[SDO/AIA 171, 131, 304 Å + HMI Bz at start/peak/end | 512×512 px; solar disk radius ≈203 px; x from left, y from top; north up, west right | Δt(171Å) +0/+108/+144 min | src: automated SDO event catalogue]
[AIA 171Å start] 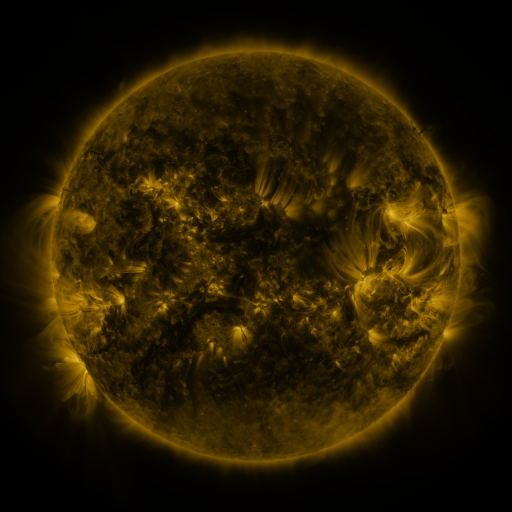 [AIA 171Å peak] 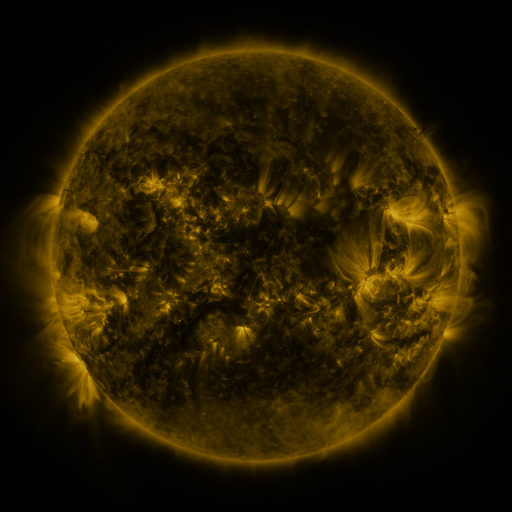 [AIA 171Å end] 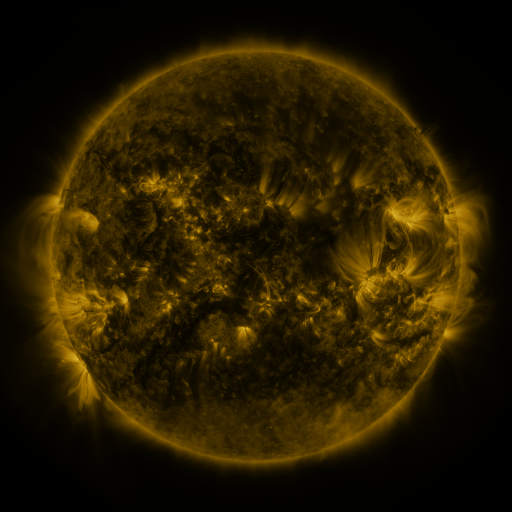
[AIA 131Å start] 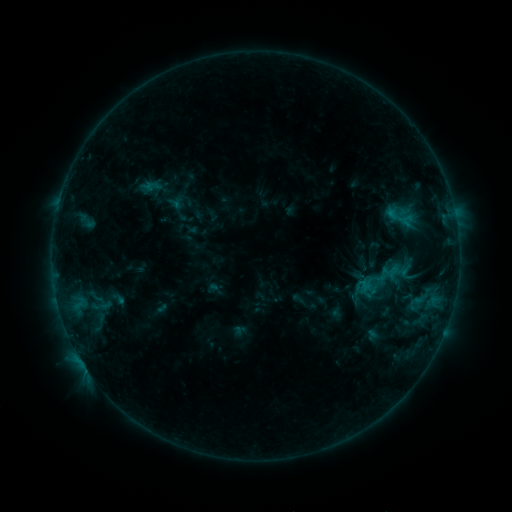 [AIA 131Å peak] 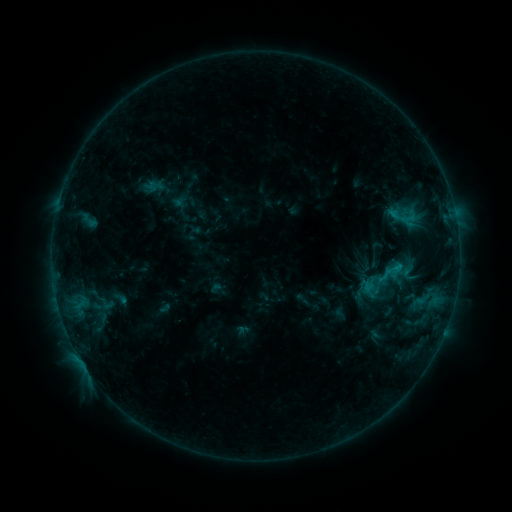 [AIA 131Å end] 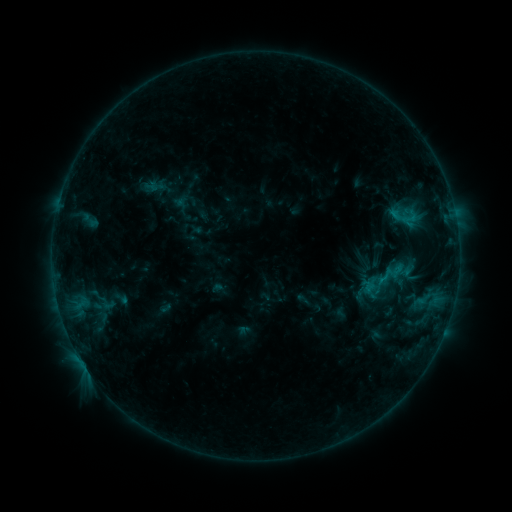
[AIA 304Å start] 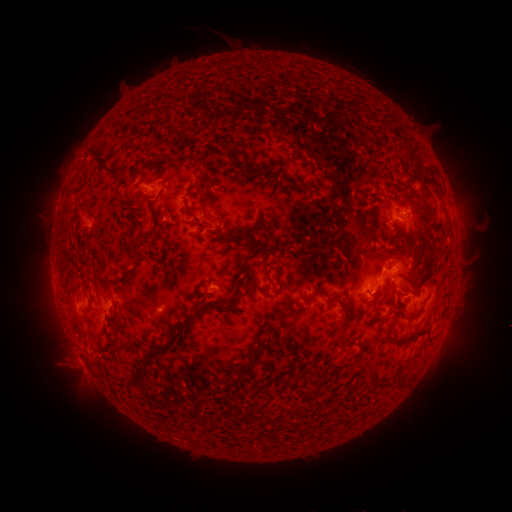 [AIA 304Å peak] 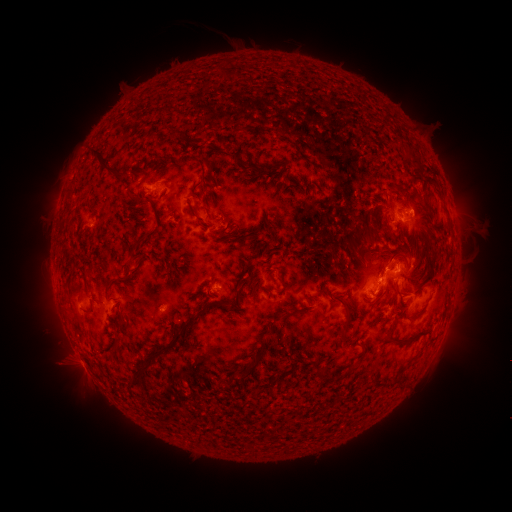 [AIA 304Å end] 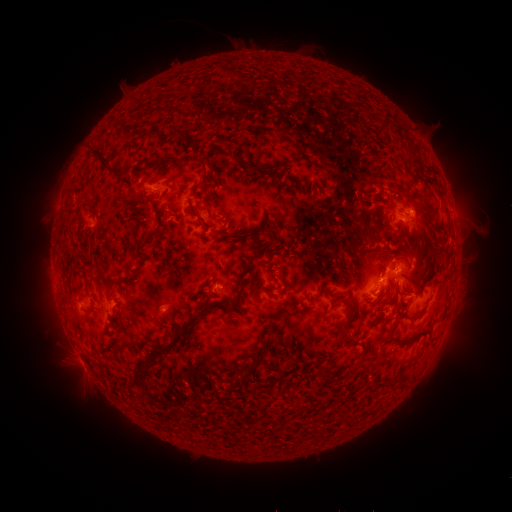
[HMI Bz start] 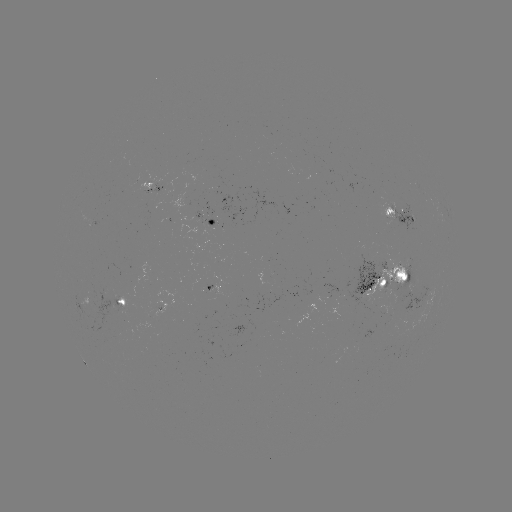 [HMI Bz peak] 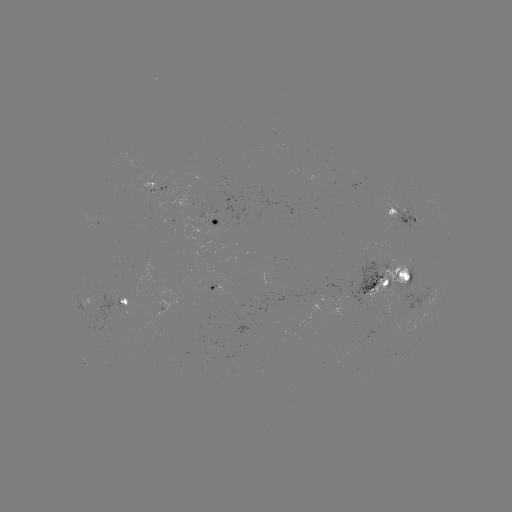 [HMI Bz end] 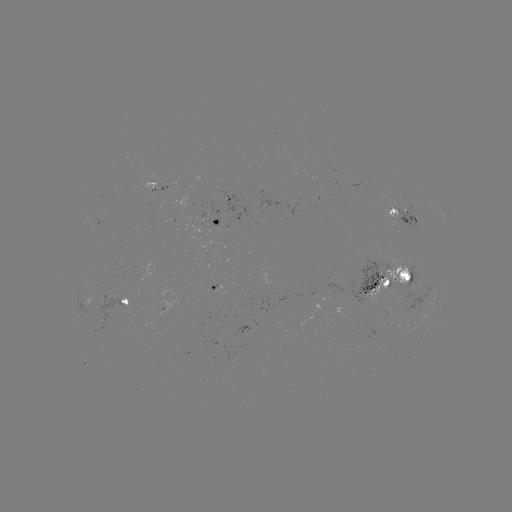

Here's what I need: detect emerging-flux region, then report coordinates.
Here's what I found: emerging-flux region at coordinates [92, 295].